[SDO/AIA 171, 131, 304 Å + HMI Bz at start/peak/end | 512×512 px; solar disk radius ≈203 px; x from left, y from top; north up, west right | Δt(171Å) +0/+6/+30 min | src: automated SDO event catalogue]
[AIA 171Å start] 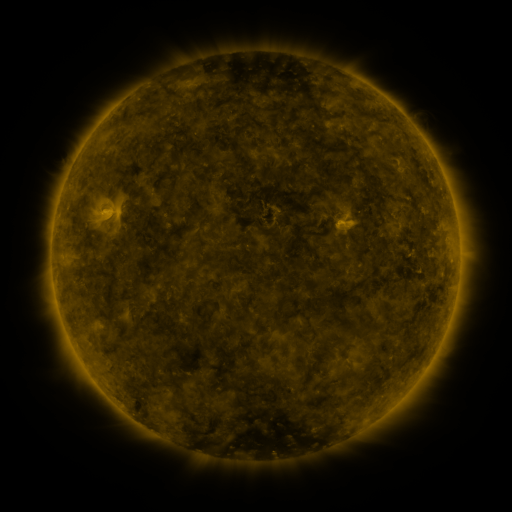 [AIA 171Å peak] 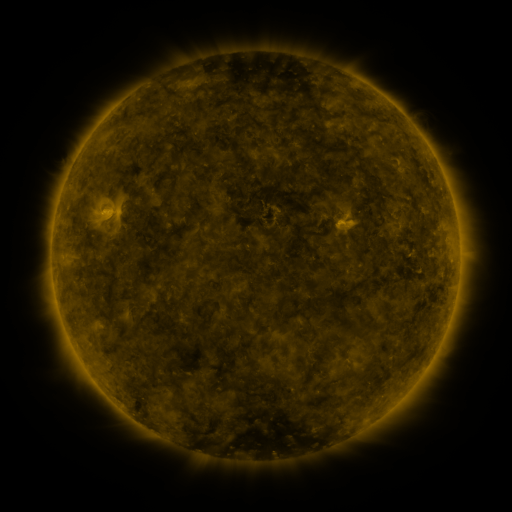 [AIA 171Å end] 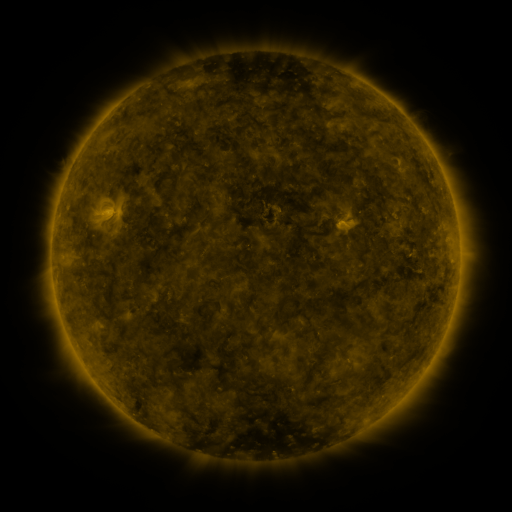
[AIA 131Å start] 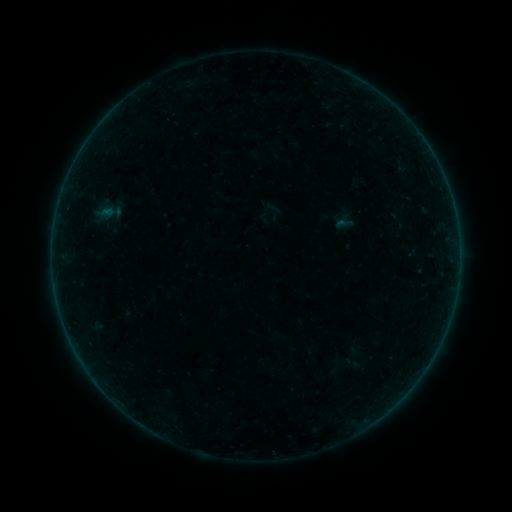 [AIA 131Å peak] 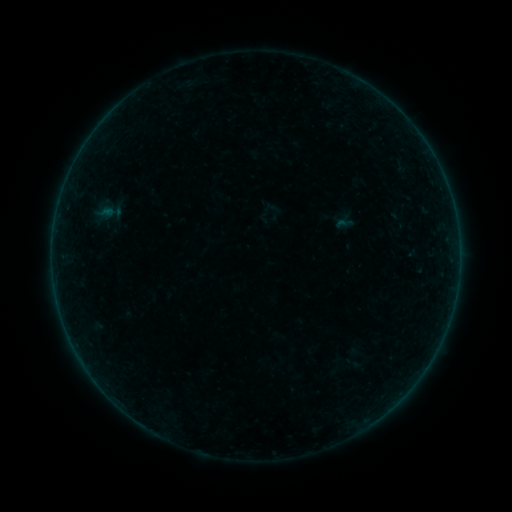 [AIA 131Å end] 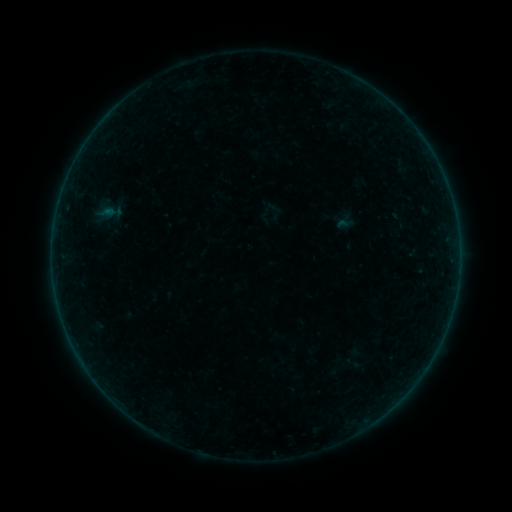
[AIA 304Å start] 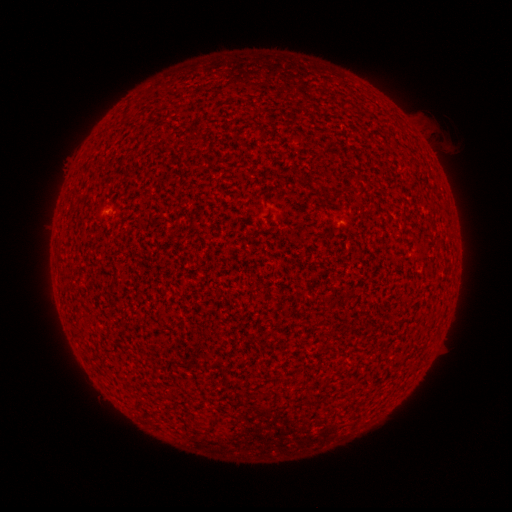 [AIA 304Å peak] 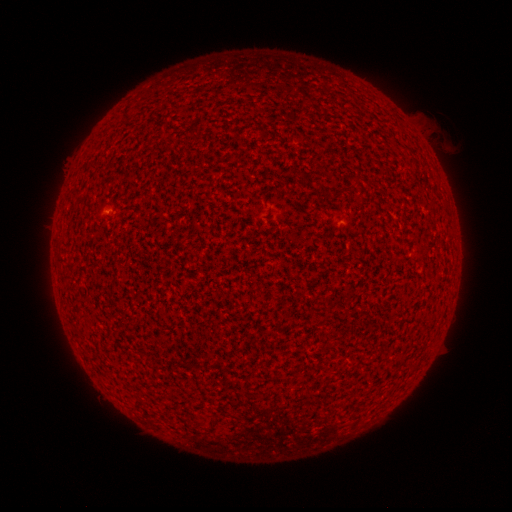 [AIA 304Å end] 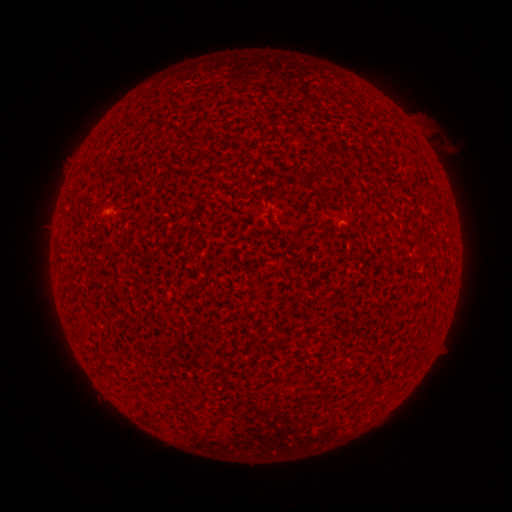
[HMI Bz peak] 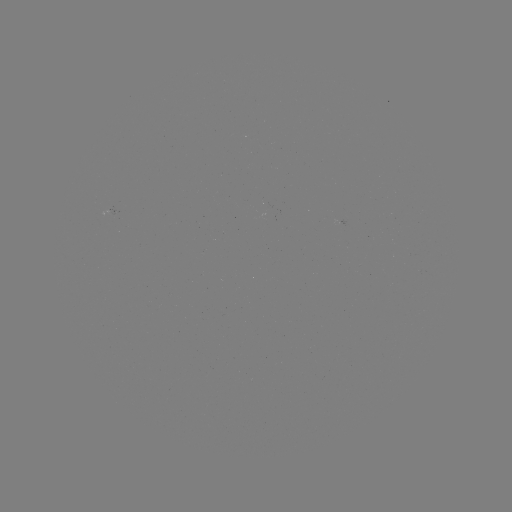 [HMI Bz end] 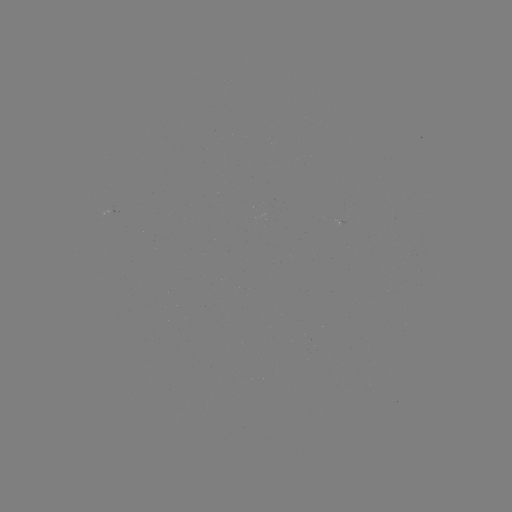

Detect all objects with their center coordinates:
A2.1 flare: (110, 211)
